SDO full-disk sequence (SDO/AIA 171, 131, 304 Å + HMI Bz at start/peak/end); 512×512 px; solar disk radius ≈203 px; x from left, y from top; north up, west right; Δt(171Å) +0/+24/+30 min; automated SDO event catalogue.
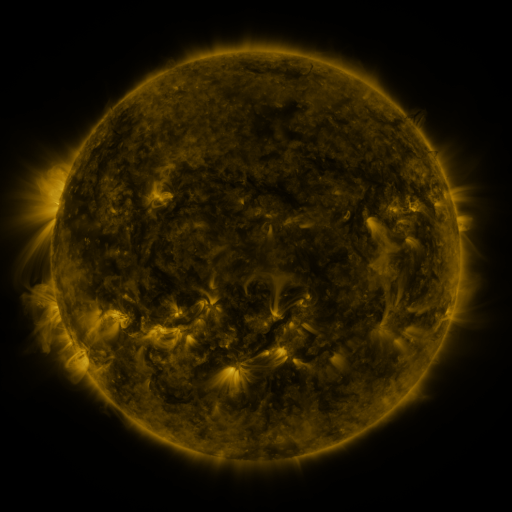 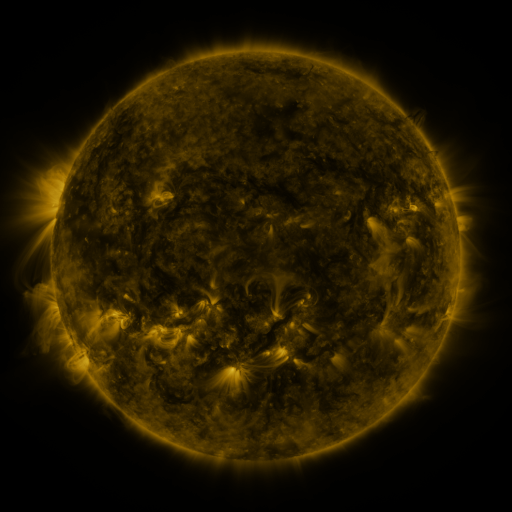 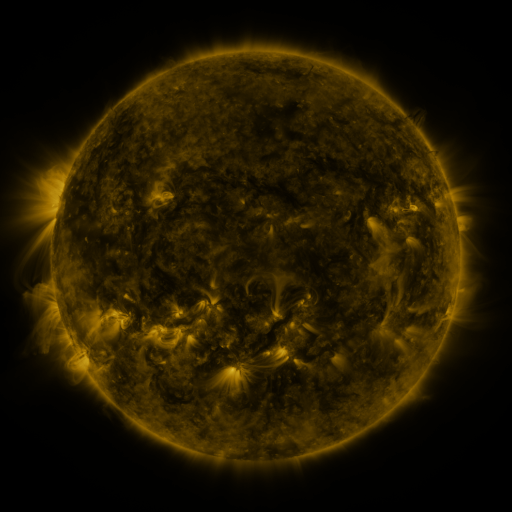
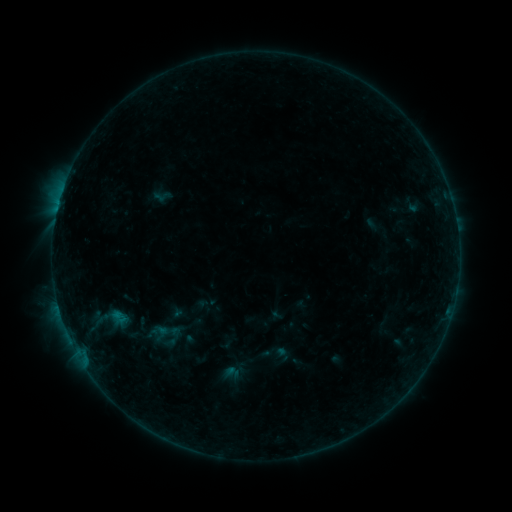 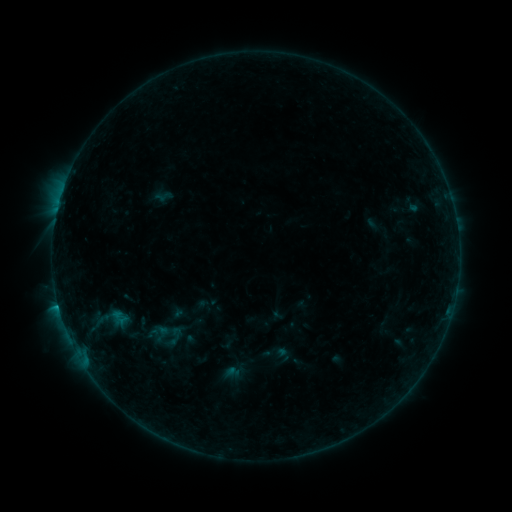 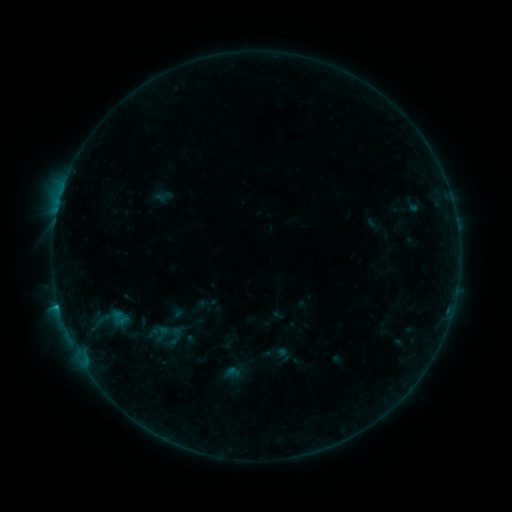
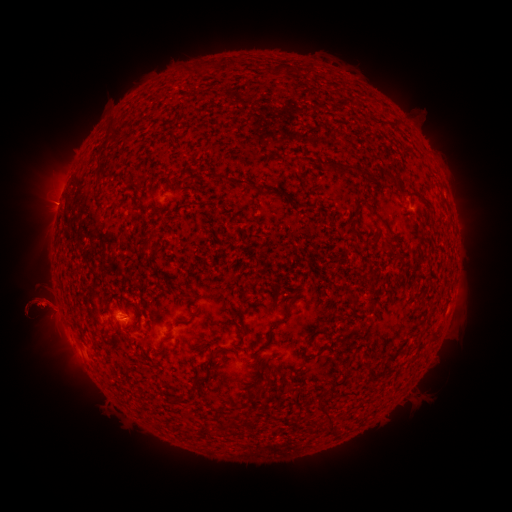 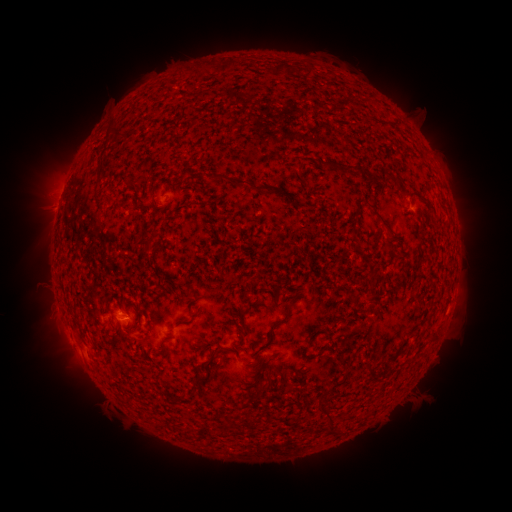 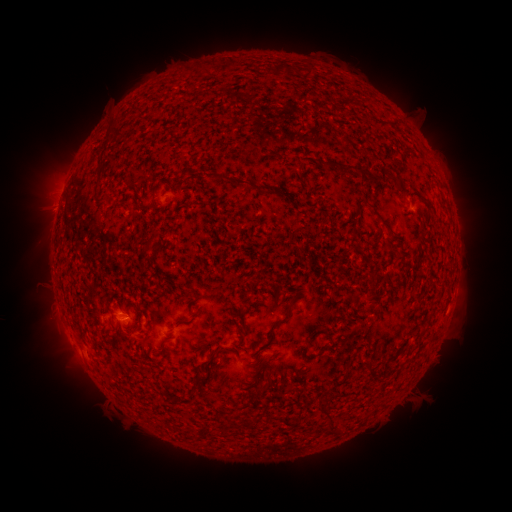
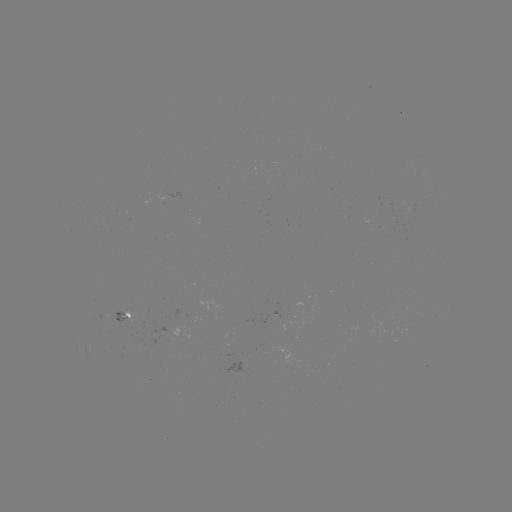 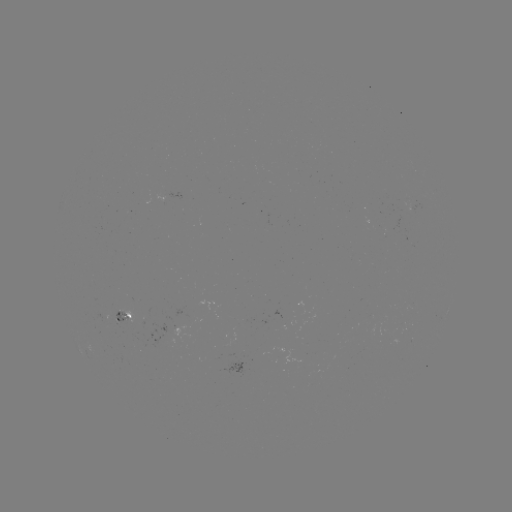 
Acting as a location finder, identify B5.4 flare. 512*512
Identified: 58,305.